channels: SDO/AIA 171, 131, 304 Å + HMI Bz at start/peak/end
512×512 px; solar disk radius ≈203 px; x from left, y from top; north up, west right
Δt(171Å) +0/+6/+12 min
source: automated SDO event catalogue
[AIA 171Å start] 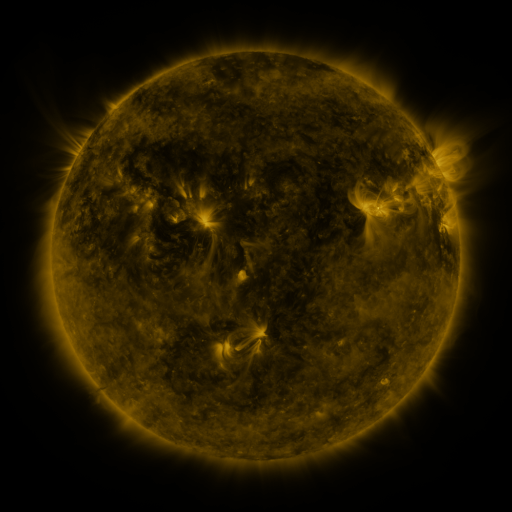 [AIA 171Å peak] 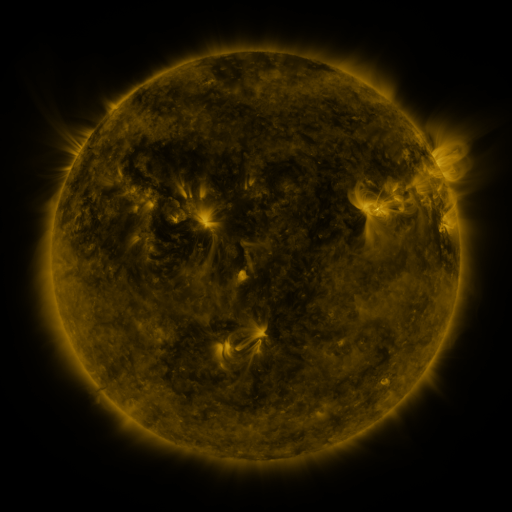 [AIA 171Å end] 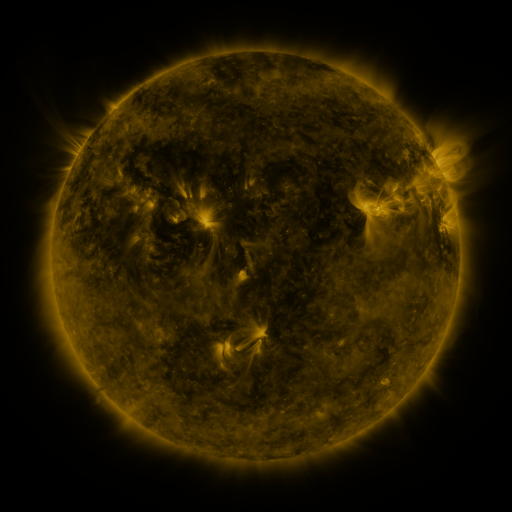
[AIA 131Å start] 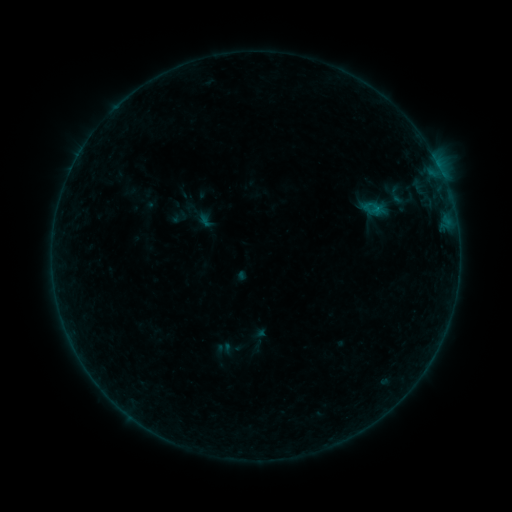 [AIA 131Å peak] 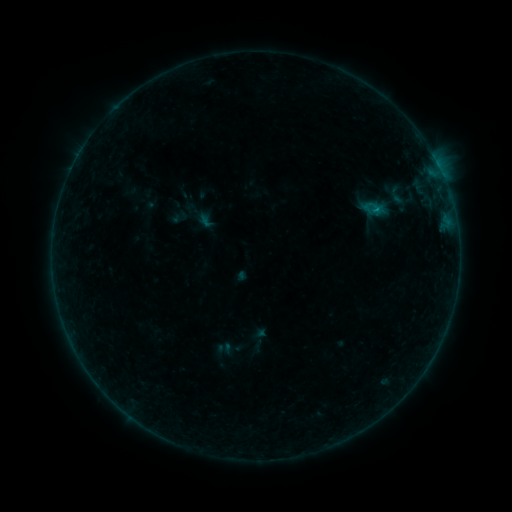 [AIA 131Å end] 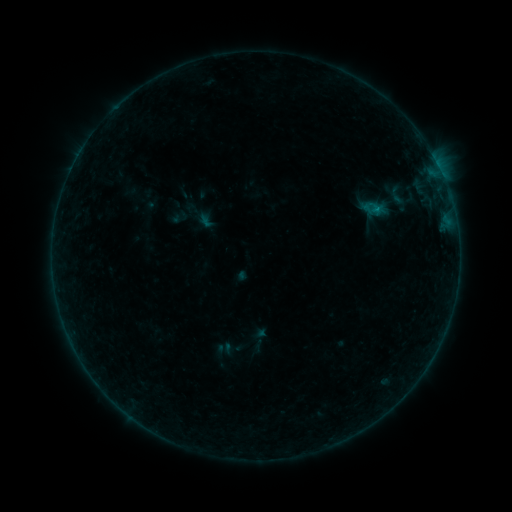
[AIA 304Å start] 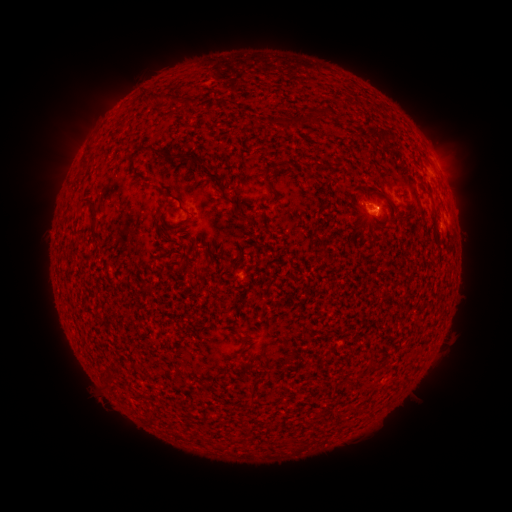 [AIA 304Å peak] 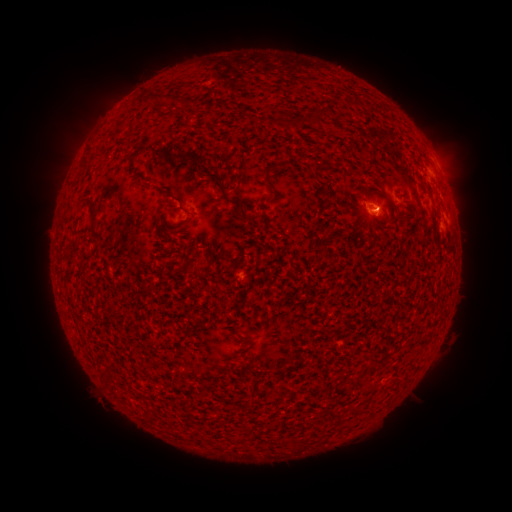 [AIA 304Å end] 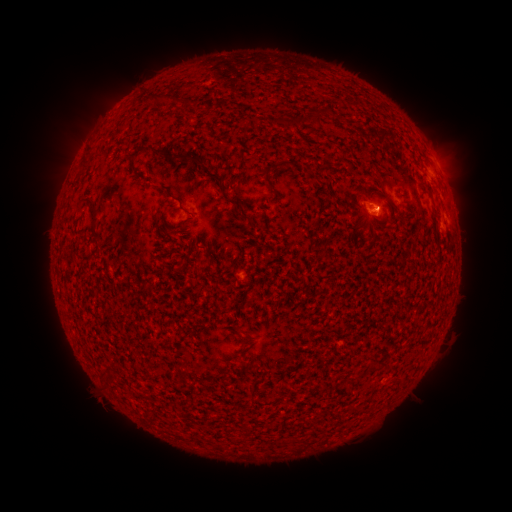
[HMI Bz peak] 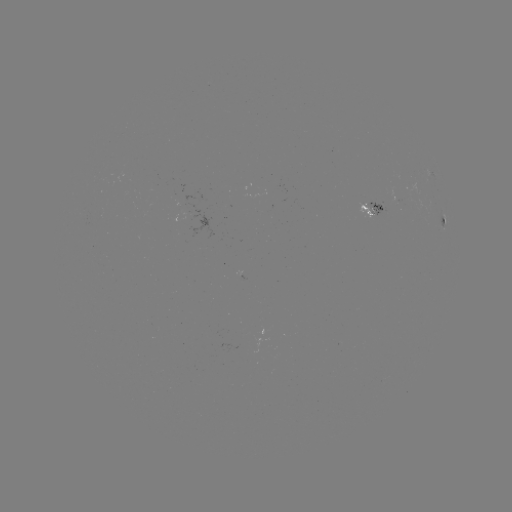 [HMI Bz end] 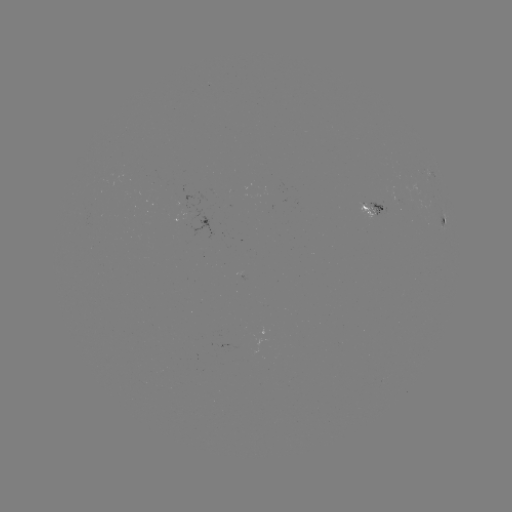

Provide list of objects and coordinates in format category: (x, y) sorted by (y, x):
B2.1 flare: (375, 212)
